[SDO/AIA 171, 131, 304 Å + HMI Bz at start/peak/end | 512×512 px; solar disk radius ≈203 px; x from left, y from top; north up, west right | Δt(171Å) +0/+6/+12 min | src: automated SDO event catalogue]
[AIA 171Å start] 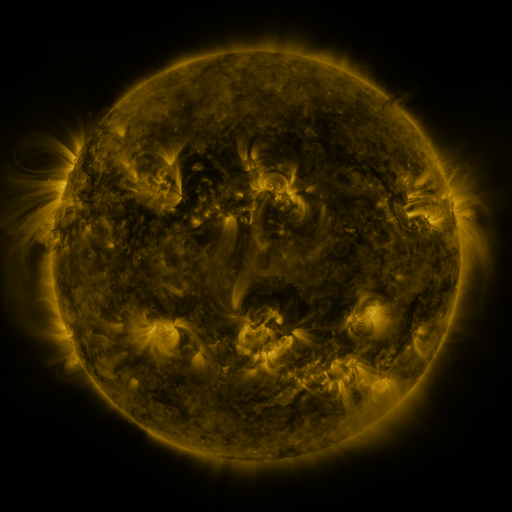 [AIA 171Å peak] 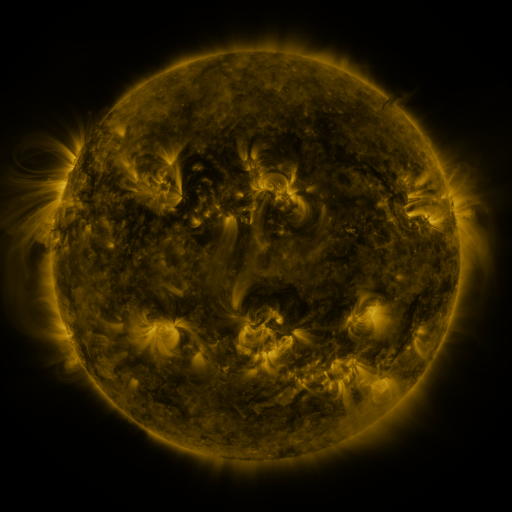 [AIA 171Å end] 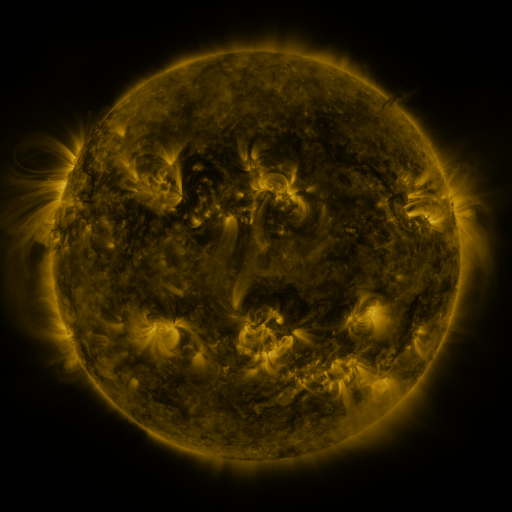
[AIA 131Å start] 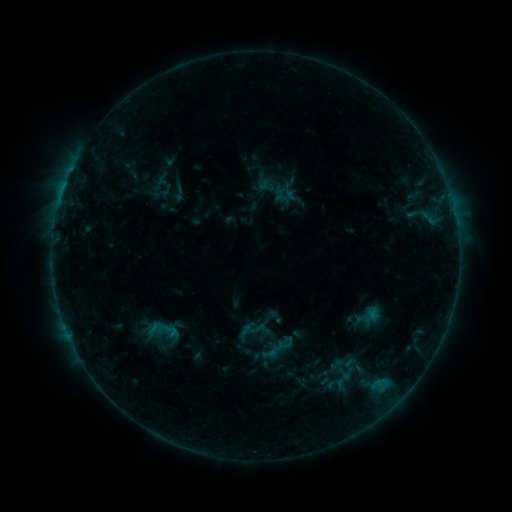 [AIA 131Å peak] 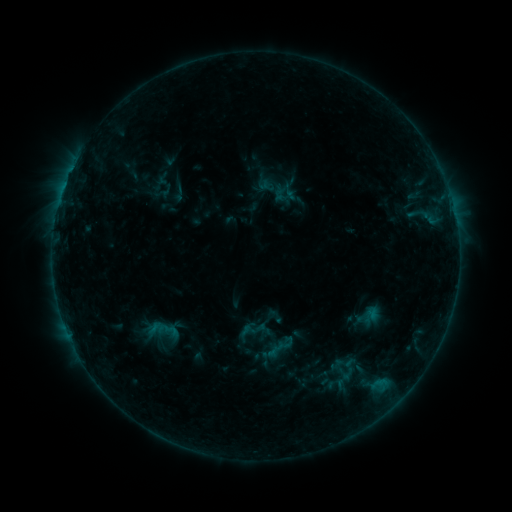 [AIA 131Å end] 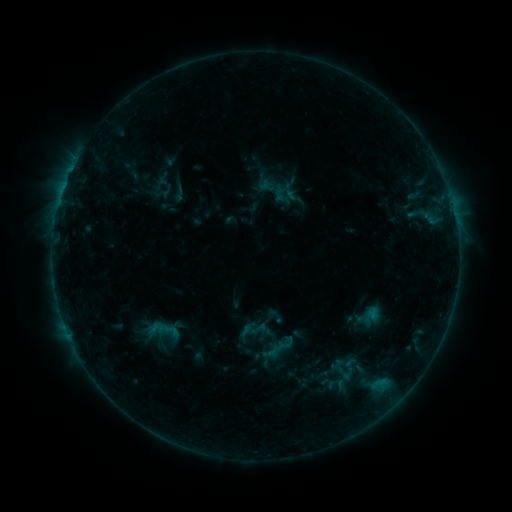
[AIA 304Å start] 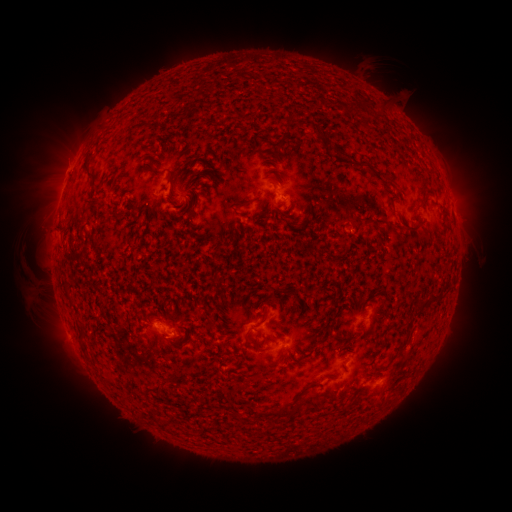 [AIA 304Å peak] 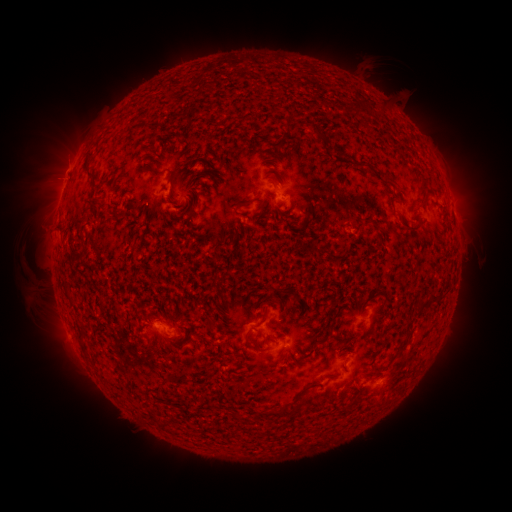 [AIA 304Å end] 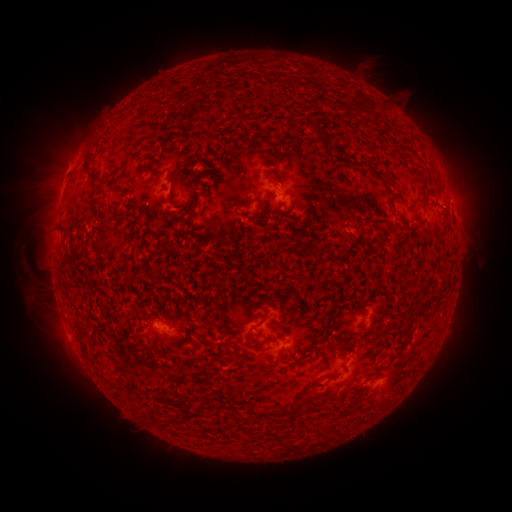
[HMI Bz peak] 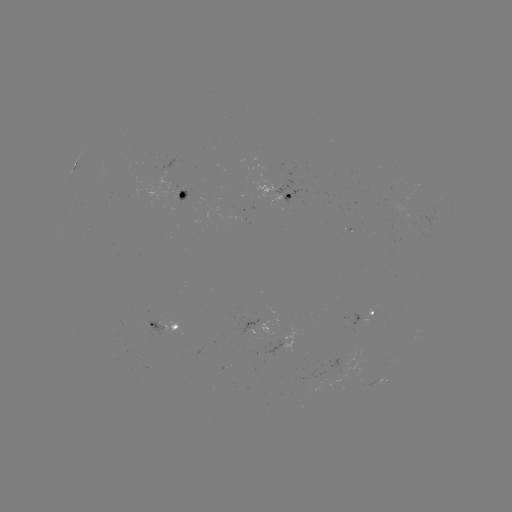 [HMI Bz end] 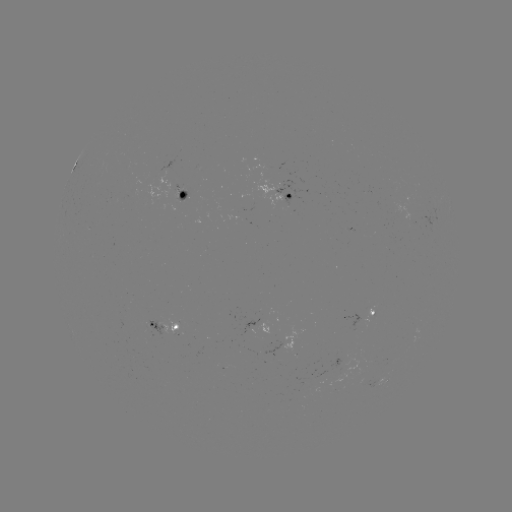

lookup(eruption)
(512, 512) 62,177